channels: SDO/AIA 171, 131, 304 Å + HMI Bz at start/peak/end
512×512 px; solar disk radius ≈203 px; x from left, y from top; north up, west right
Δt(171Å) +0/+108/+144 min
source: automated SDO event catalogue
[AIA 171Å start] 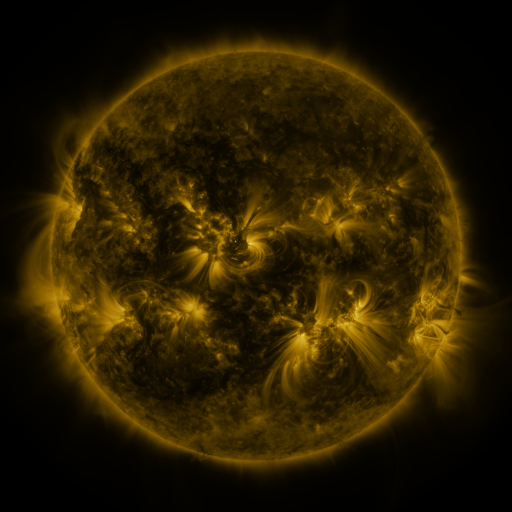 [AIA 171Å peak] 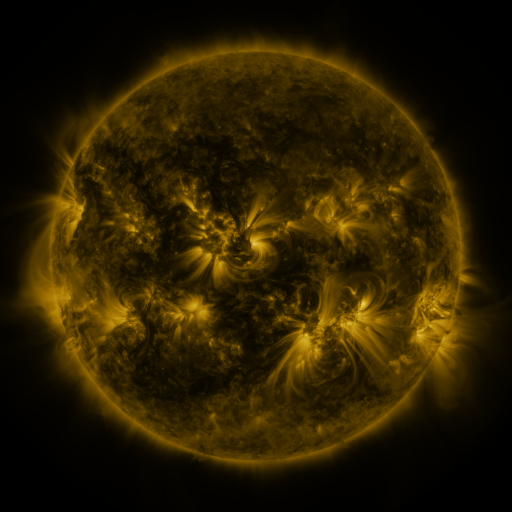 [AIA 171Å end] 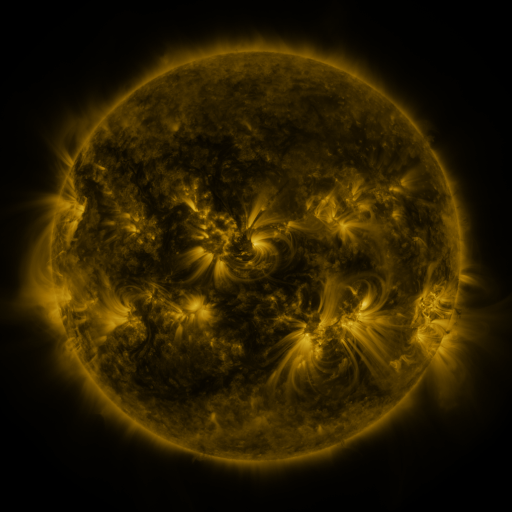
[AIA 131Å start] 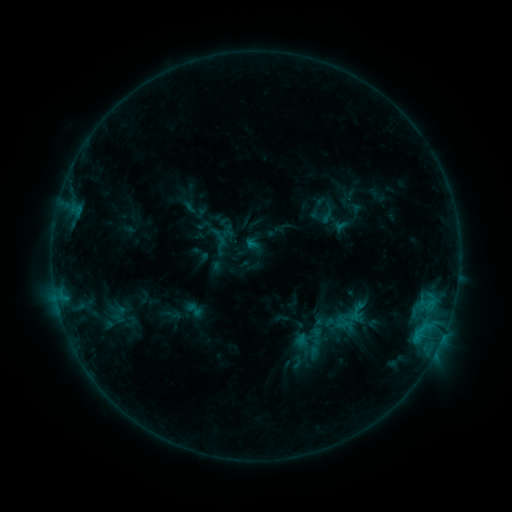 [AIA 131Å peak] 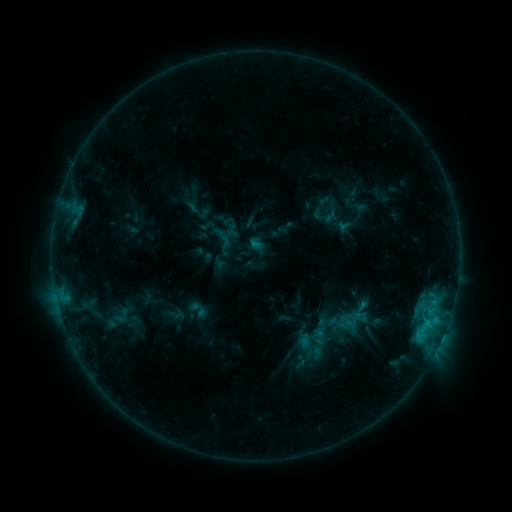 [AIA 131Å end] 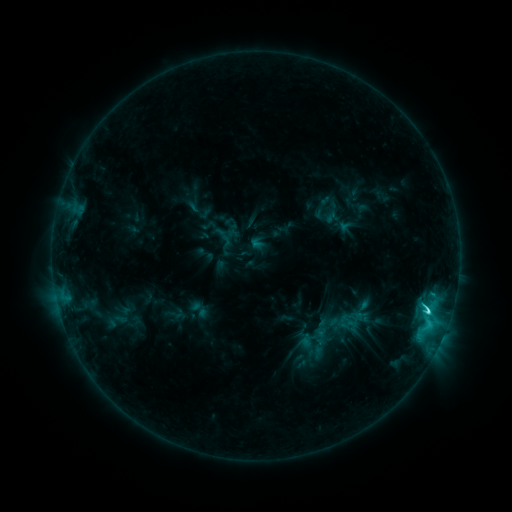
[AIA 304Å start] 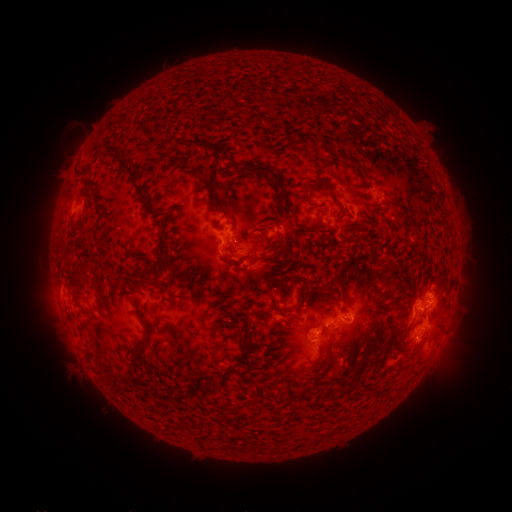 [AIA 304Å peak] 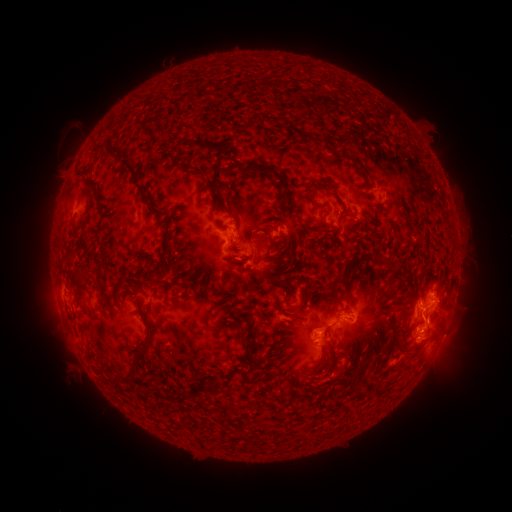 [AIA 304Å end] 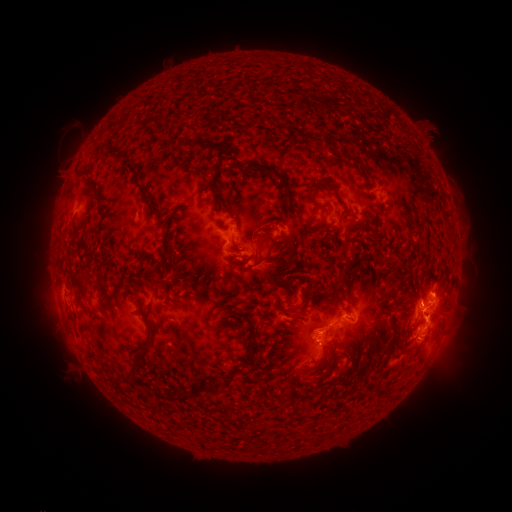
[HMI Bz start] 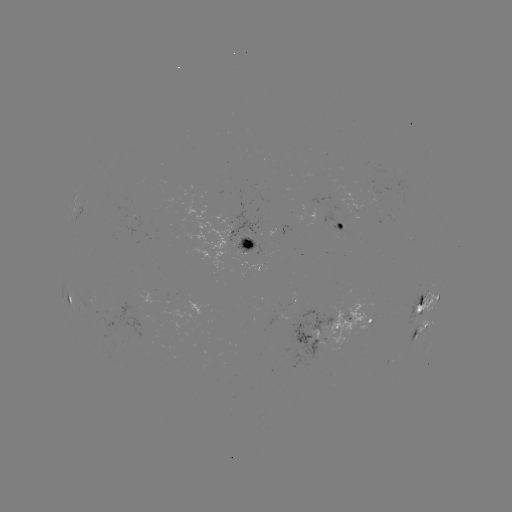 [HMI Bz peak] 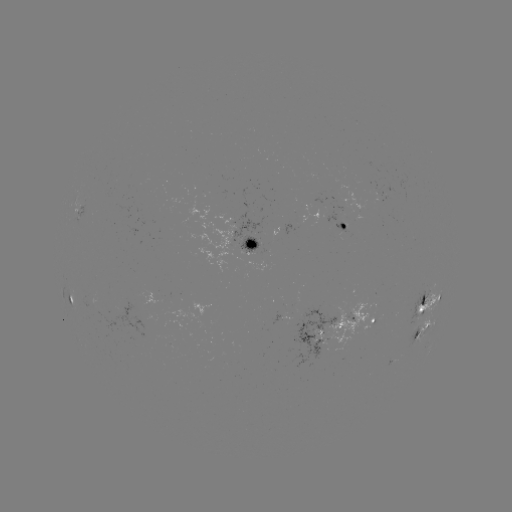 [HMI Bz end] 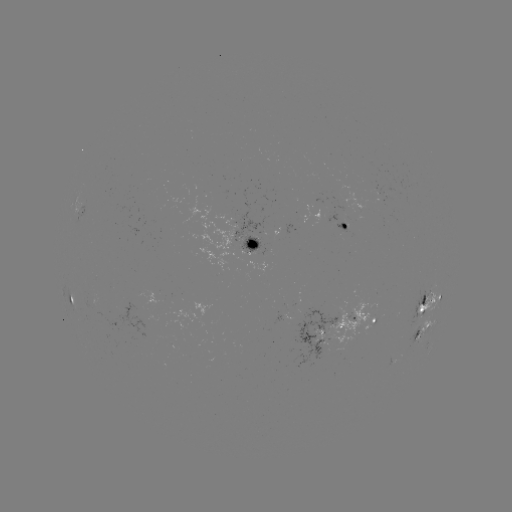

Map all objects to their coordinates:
emerging-flux region: (102, 312)
